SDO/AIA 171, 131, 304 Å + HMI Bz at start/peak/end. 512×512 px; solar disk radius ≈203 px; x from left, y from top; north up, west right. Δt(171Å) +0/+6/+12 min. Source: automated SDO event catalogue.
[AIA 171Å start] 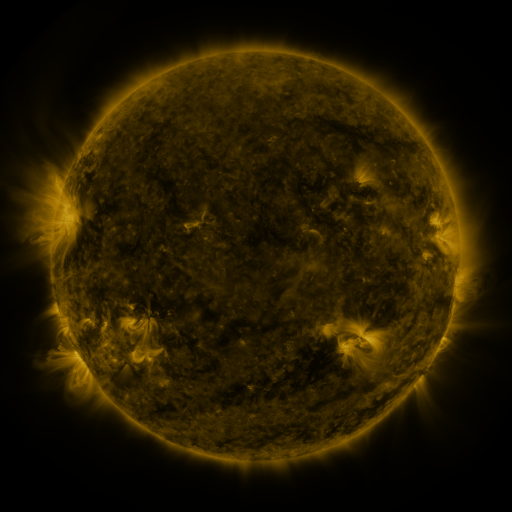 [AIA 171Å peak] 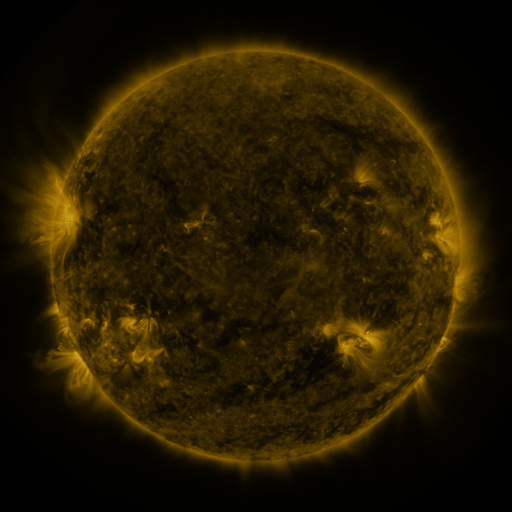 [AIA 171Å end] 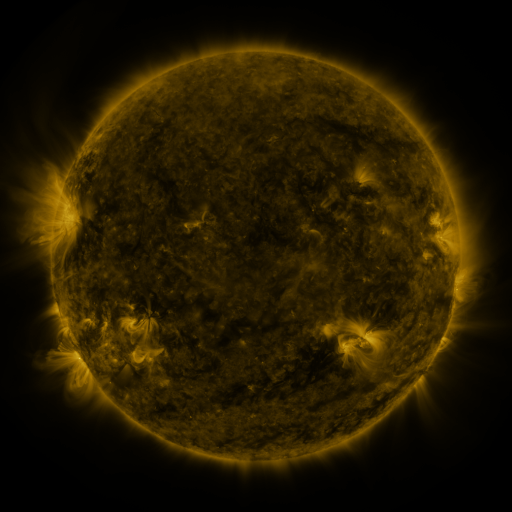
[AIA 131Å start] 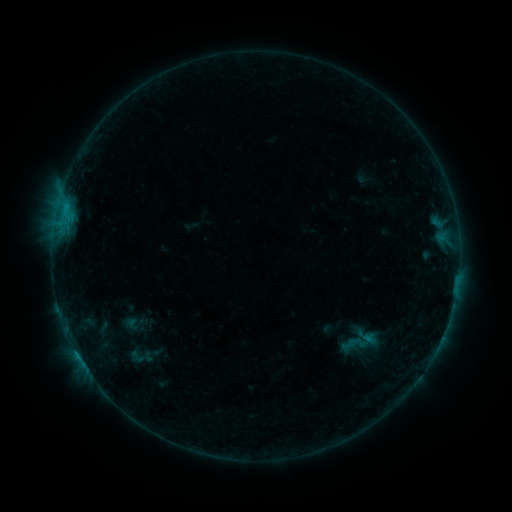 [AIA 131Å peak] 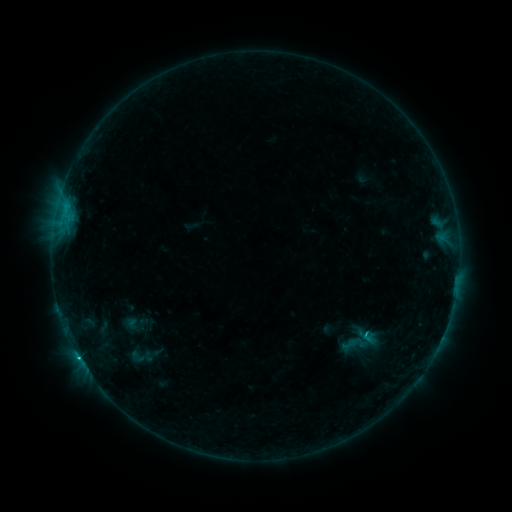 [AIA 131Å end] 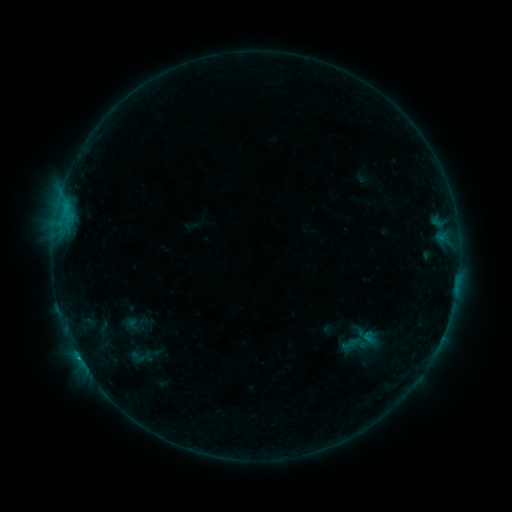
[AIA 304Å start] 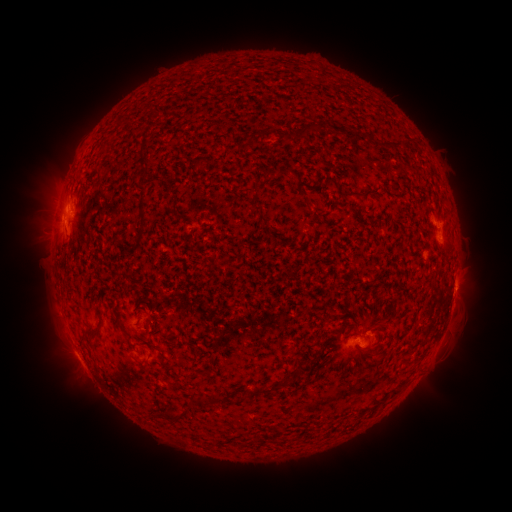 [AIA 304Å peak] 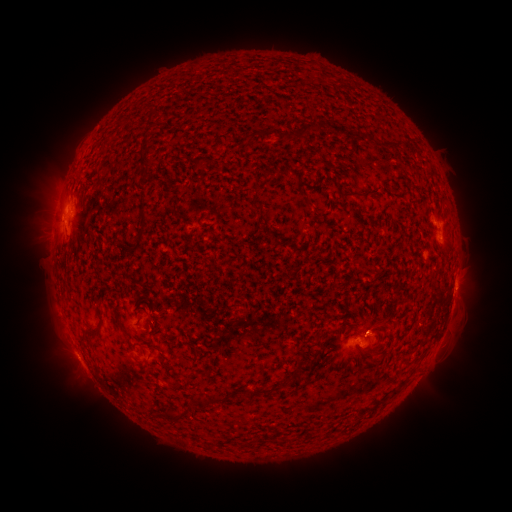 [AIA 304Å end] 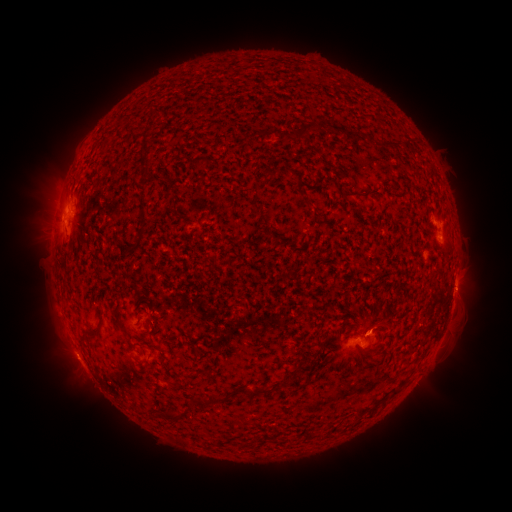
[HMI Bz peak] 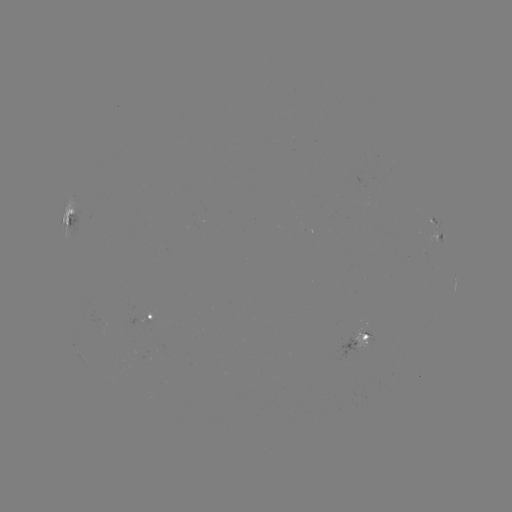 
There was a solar flare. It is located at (365, 332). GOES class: B8.4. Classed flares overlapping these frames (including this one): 1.